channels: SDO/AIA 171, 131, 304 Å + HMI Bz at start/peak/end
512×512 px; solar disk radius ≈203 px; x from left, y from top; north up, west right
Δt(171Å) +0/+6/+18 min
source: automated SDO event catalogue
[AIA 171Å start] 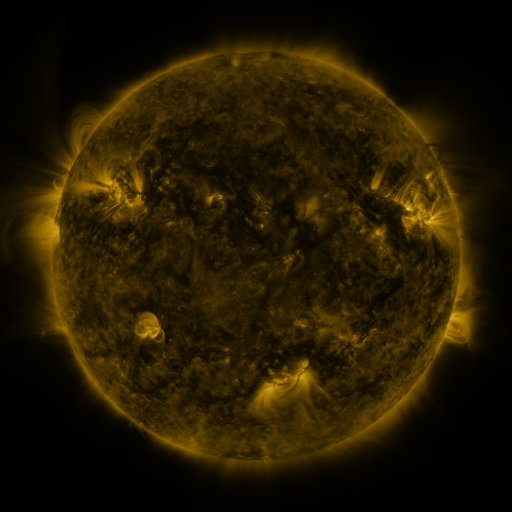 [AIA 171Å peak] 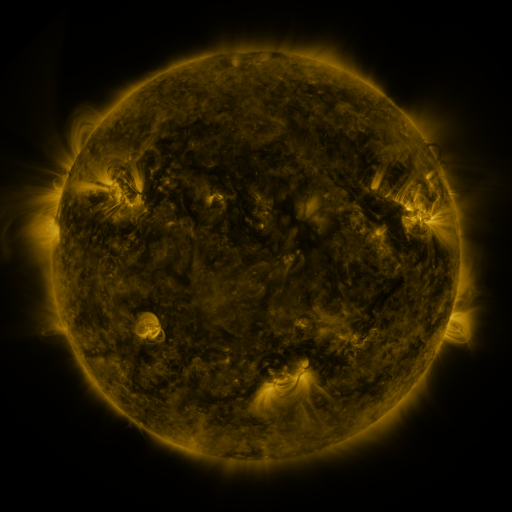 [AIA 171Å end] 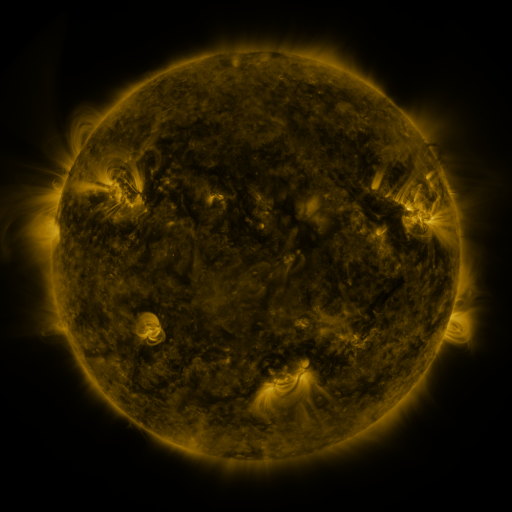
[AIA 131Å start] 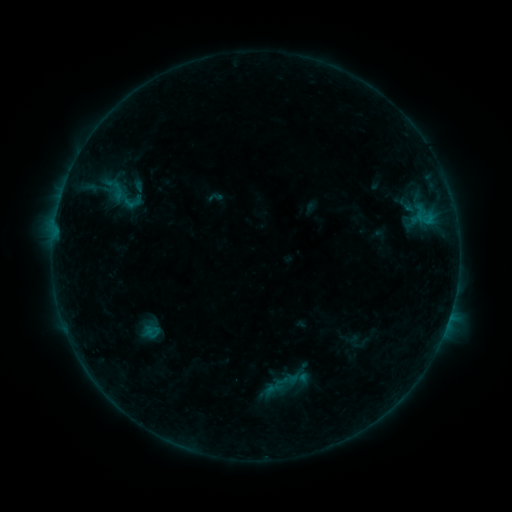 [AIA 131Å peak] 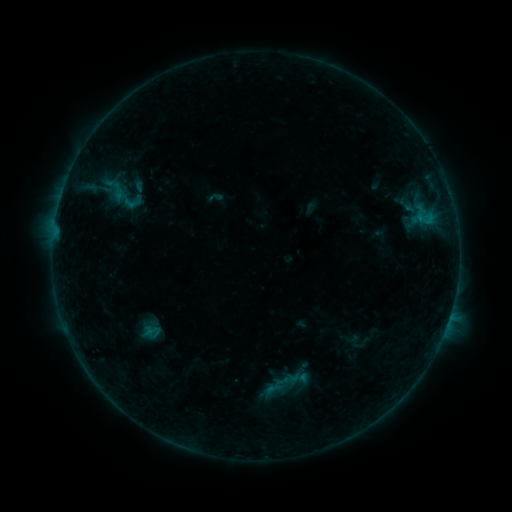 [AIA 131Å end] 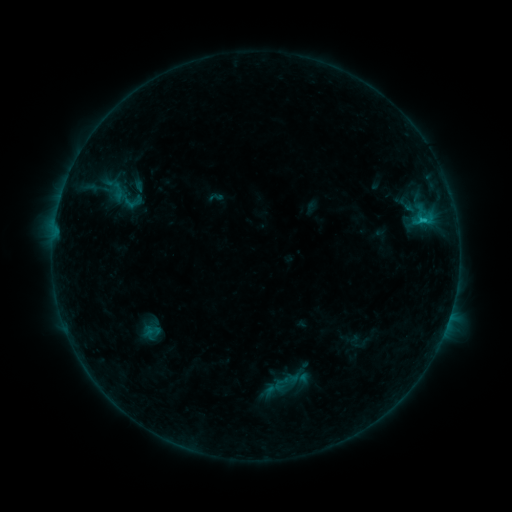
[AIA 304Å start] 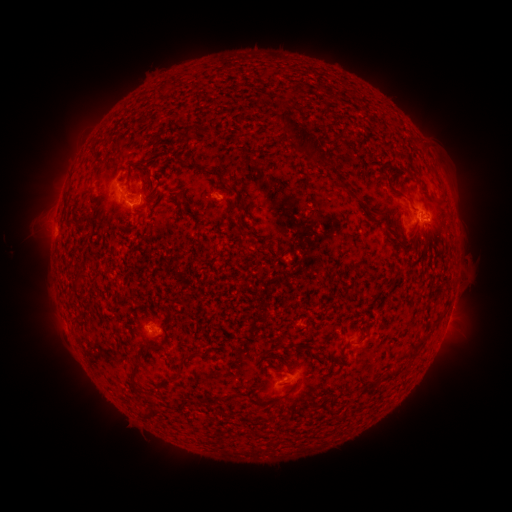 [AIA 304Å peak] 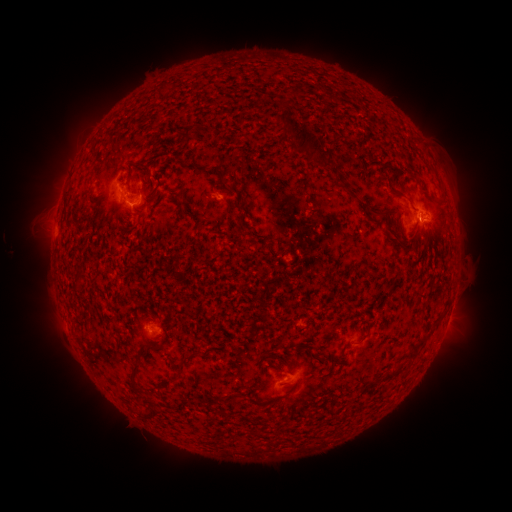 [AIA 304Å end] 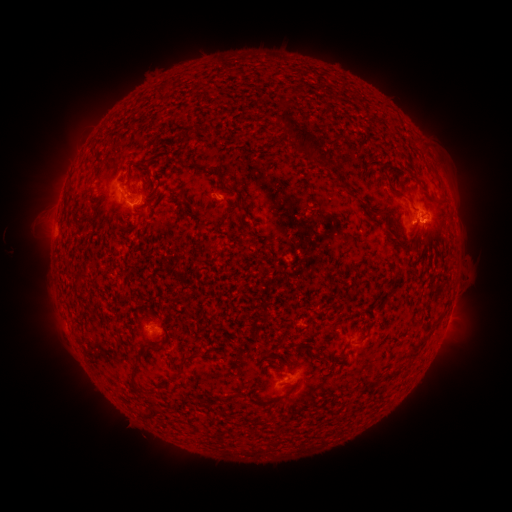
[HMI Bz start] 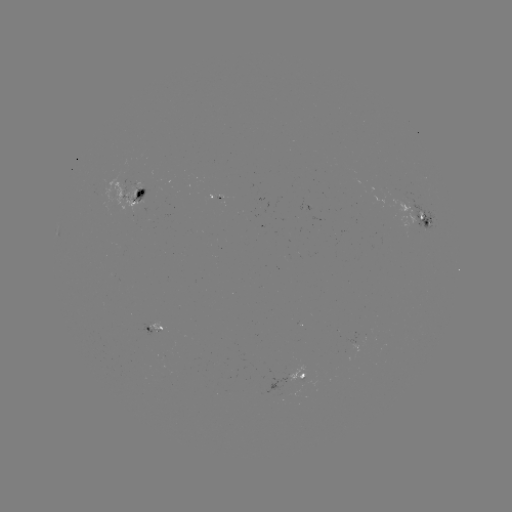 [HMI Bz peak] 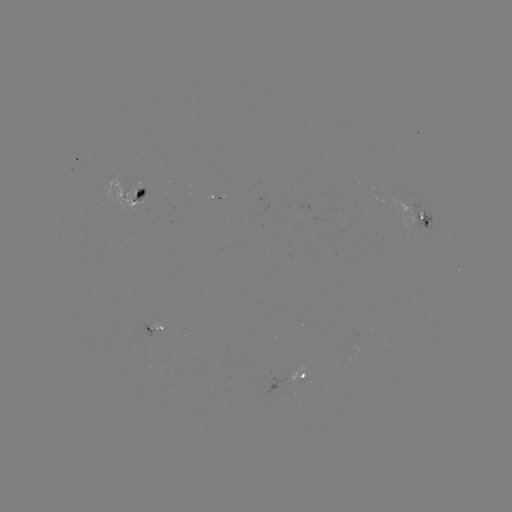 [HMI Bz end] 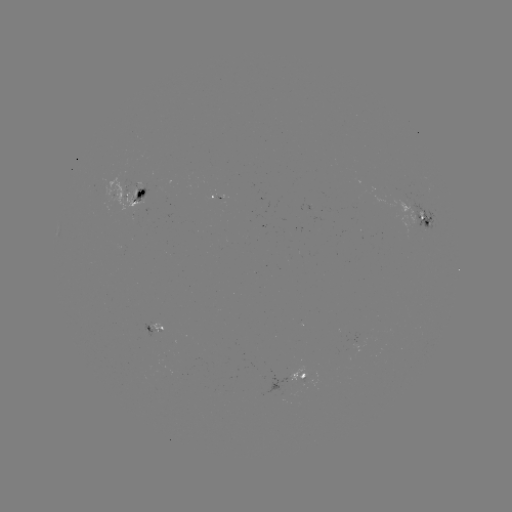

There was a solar flare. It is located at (419, 221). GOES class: C1.1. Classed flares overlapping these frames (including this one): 1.